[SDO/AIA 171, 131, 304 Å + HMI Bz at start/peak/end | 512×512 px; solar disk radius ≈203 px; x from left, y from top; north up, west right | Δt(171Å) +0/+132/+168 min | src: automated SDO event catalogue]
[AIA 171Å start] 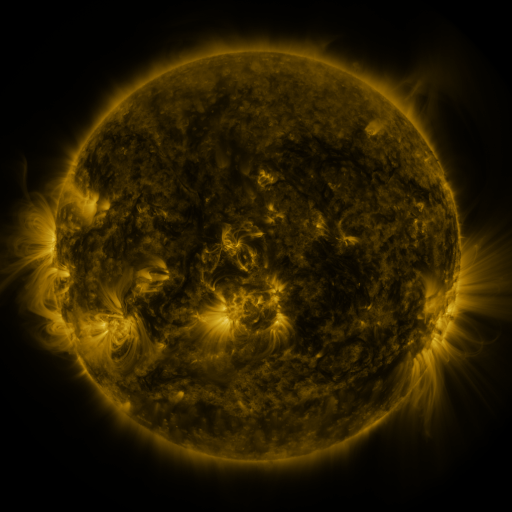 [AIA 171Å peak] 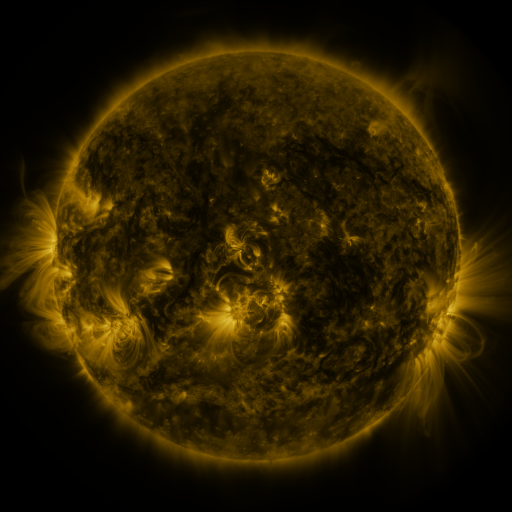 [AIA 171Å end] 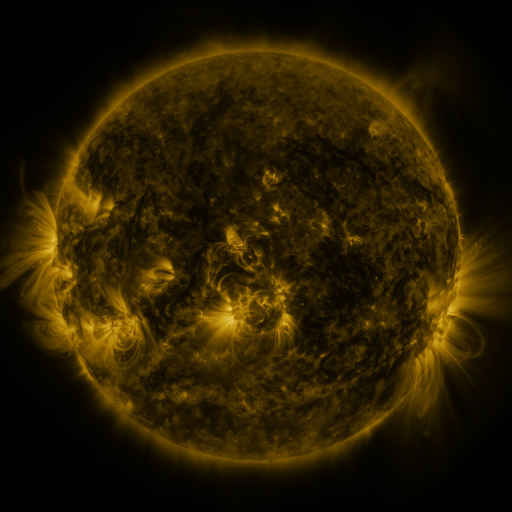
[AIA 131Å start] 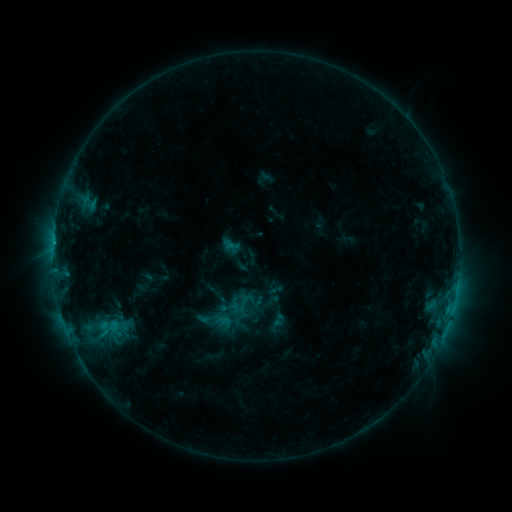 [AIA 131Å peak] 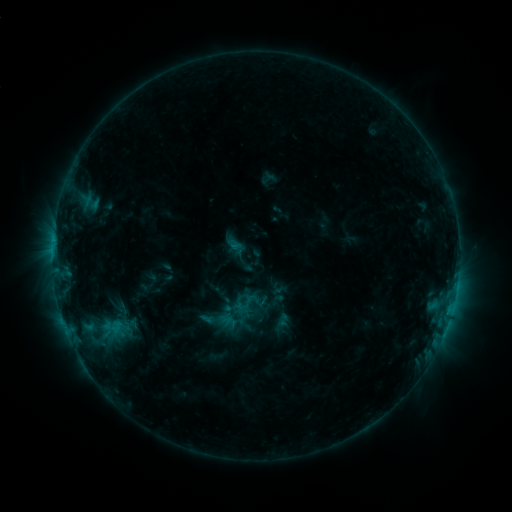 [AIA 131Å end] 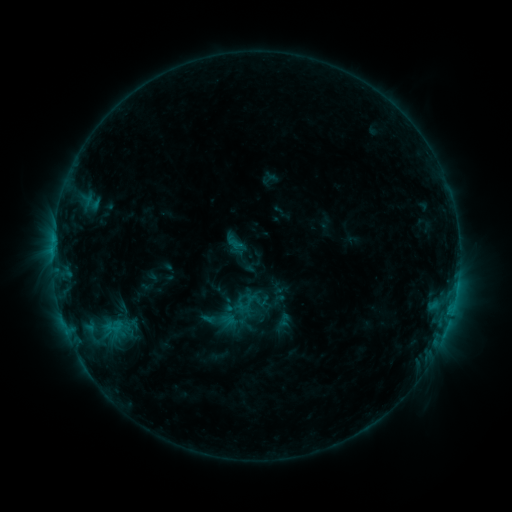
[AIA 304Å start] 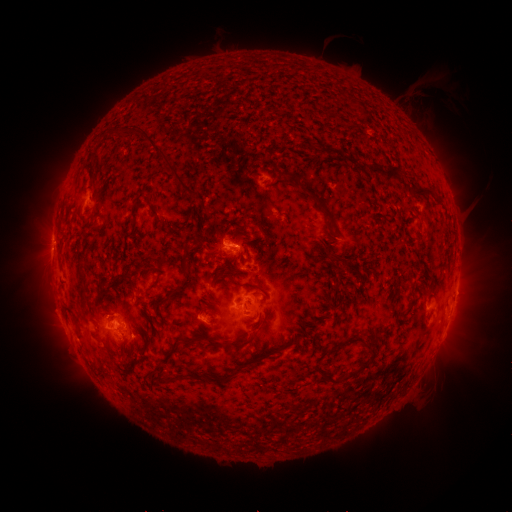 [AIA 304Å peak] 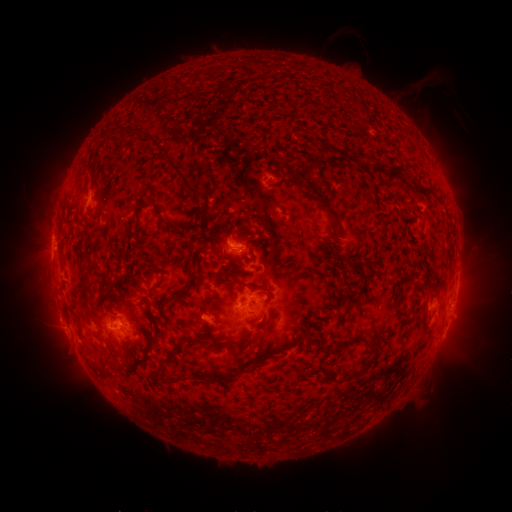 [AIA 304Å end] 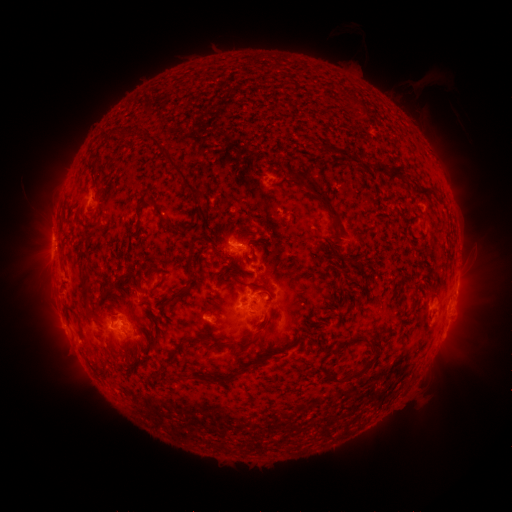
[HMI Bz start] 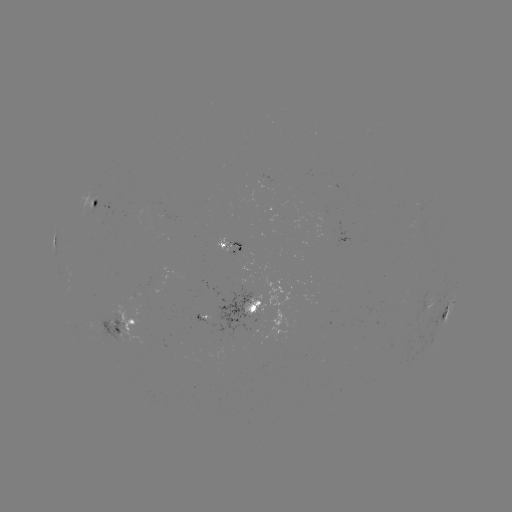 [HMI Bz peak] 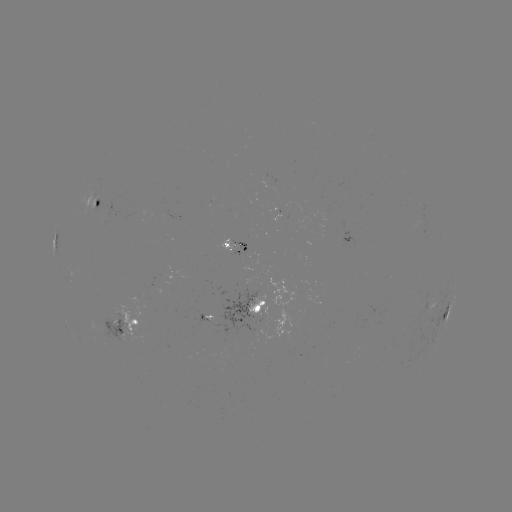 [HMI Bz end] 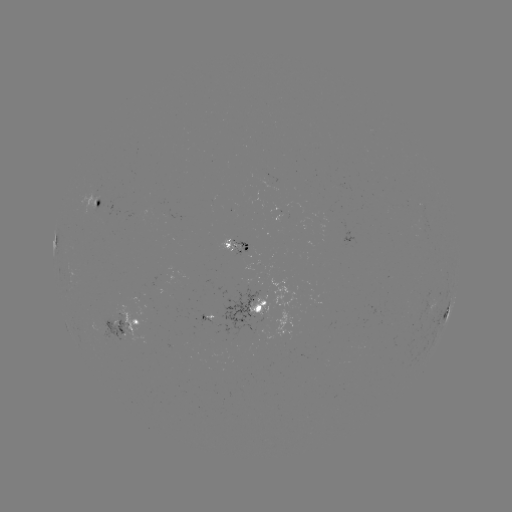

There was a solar emerging-flux region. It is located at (96, 202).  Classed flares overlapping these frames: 1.